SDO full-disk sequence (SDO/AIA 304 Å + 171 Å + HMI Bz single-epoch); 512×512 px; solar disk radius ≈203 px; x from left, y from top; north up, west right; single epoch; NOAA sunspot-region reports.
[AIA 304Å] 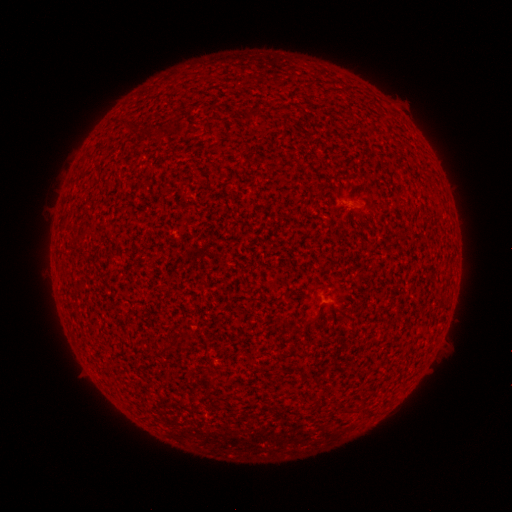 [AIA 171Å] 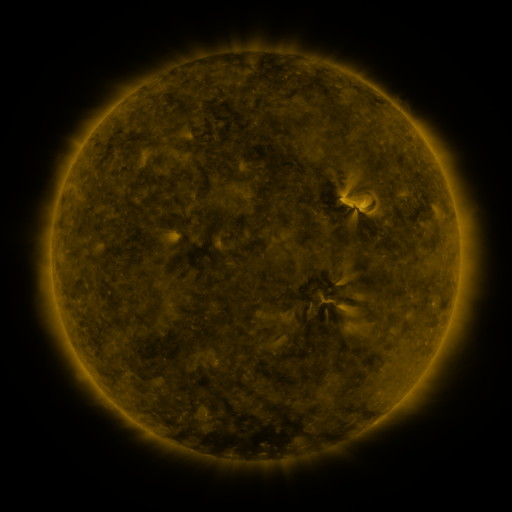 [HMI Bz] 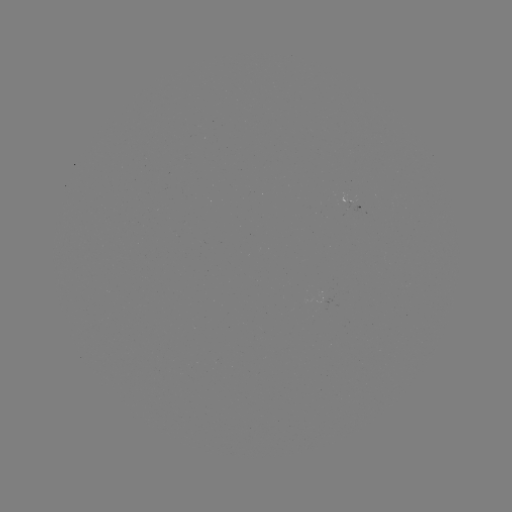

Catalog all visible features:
(none)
